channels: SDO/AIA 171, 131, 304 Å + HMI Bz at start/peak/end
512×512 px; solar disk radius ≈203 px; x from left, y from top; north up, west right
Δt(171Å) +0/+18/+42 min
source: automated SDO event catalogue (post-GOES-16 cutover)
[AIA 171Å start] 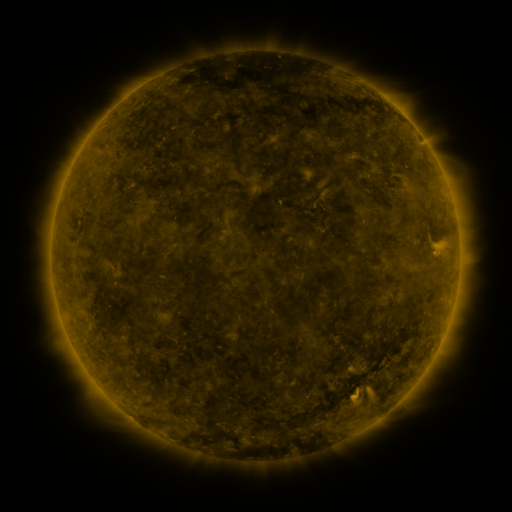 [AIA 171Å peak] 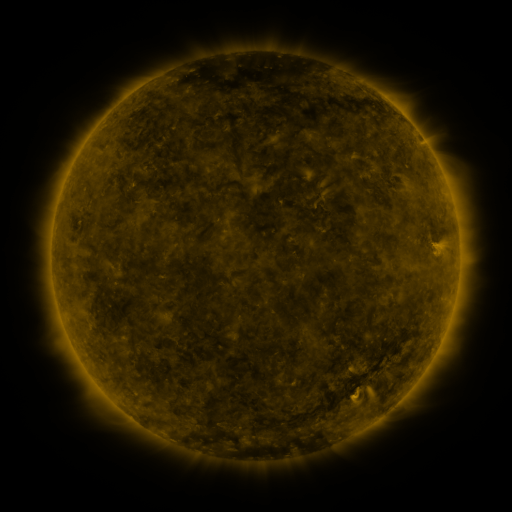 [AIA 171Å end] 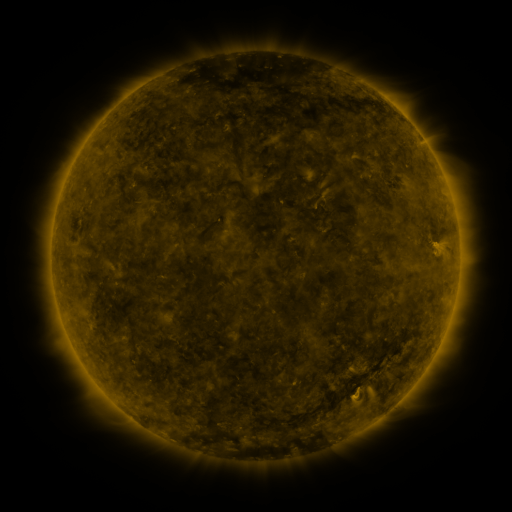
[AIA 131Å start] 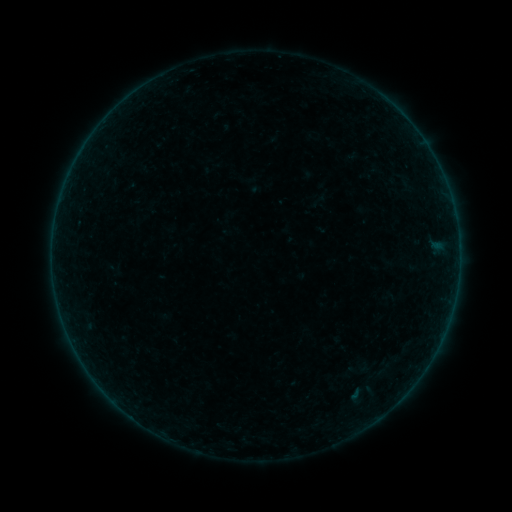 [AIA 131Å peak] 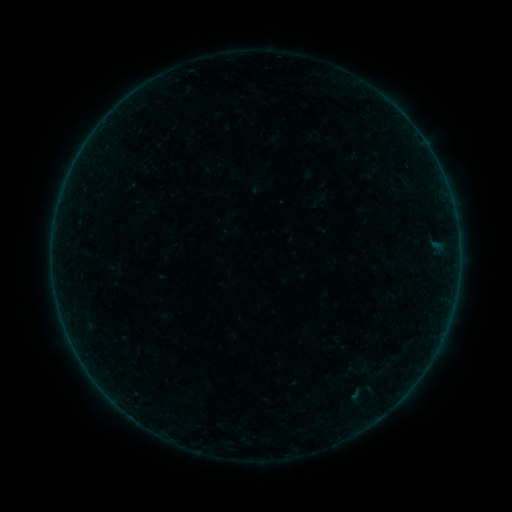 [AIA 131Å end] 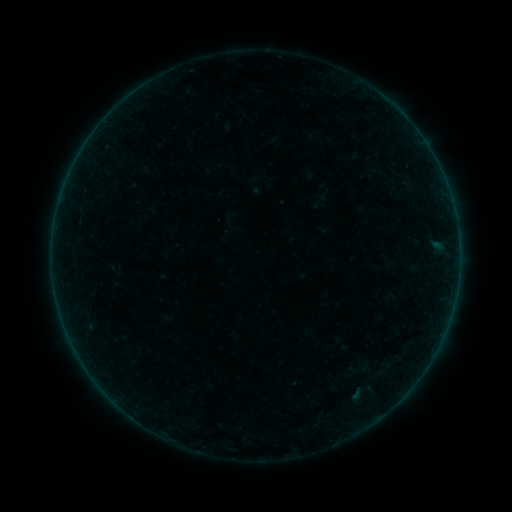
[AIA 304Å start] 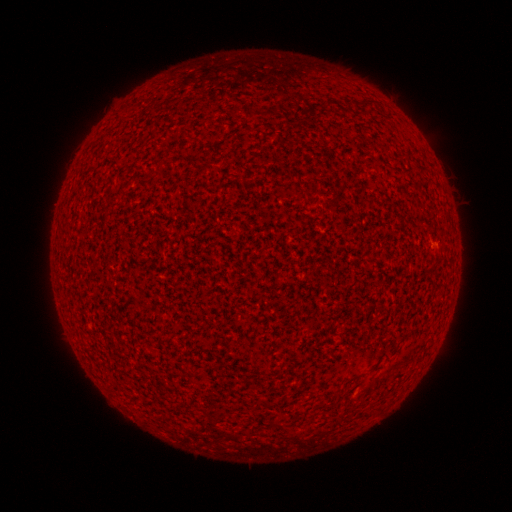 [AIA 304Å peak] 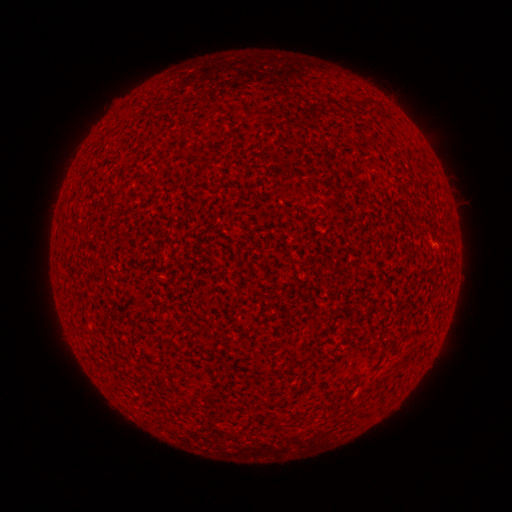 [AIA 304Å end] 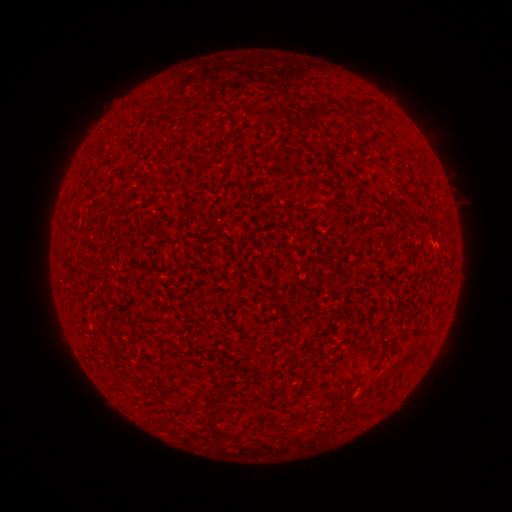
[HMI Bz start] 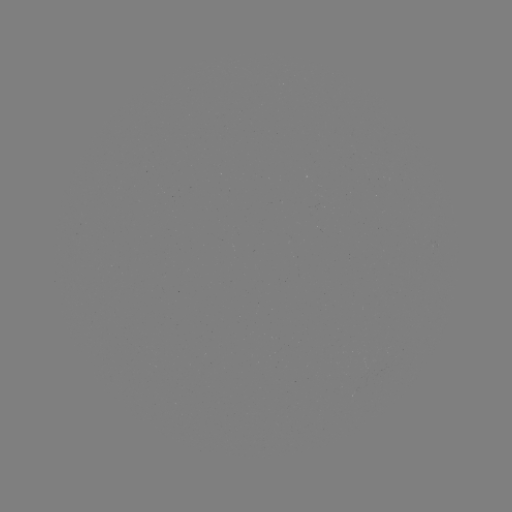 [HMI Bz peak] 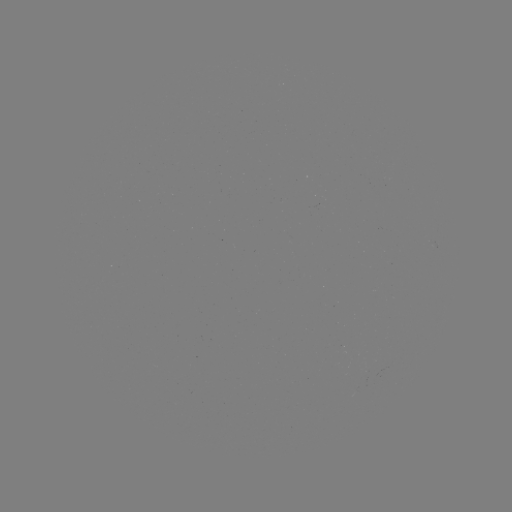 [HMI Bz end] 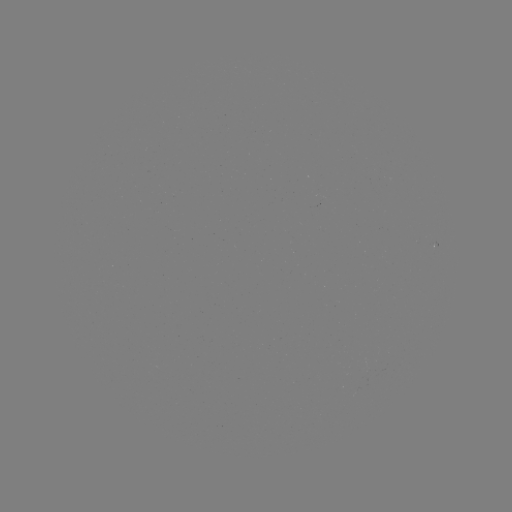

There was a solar flare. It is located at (435, 244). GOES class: A1.7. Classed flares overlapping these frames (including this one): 1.